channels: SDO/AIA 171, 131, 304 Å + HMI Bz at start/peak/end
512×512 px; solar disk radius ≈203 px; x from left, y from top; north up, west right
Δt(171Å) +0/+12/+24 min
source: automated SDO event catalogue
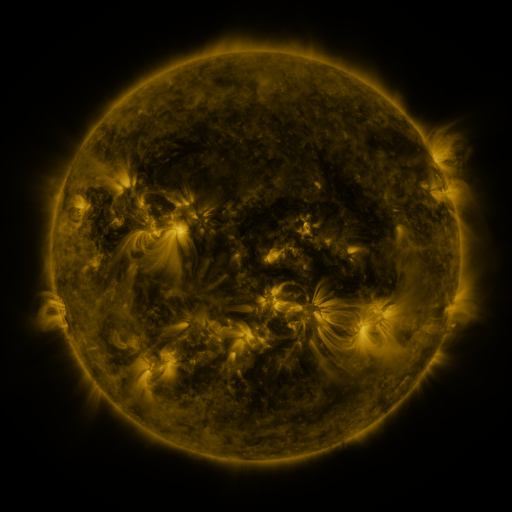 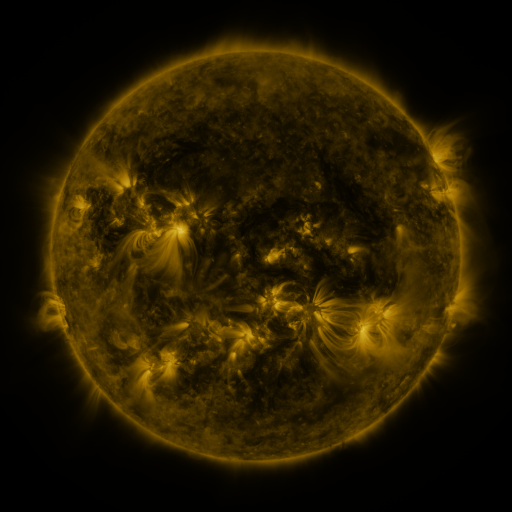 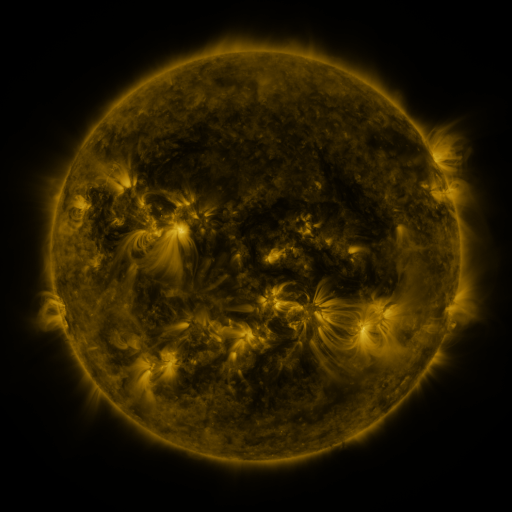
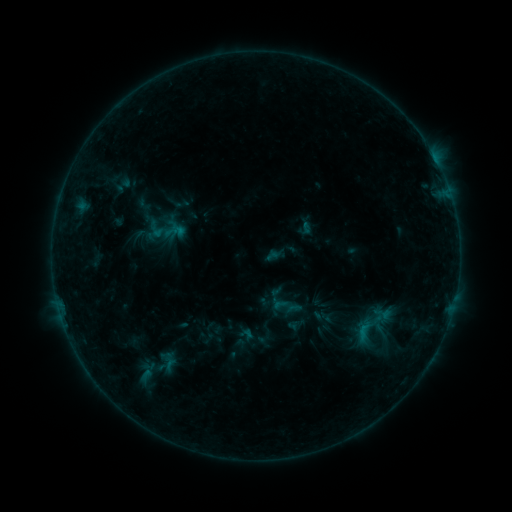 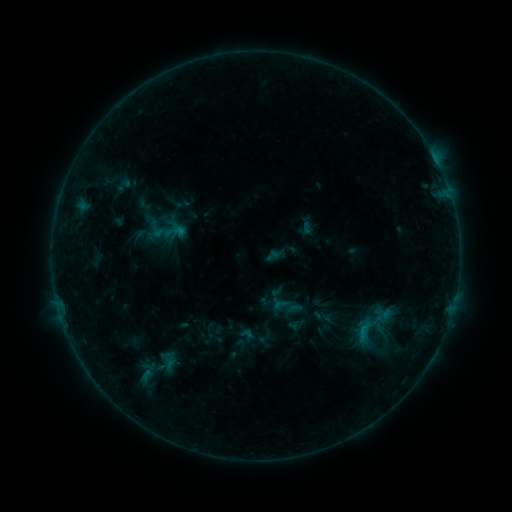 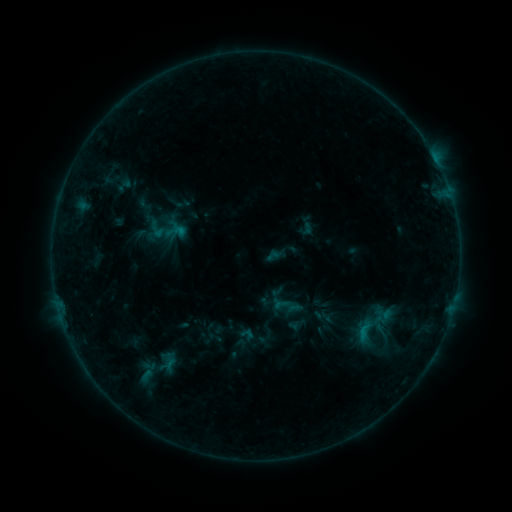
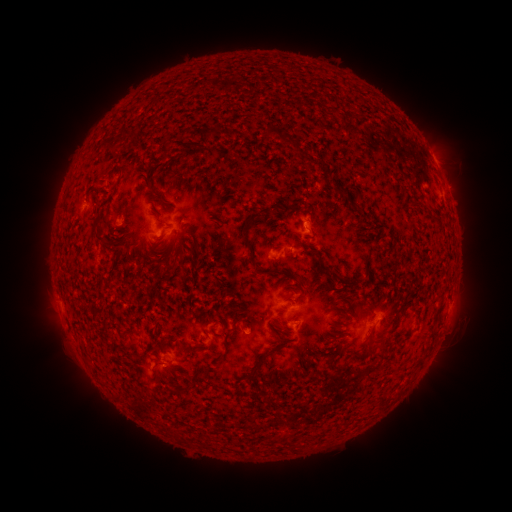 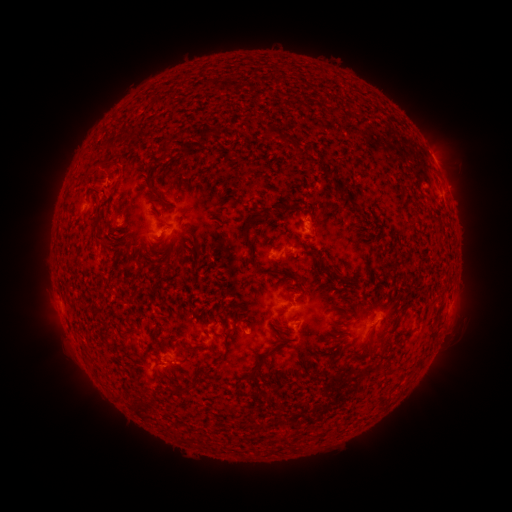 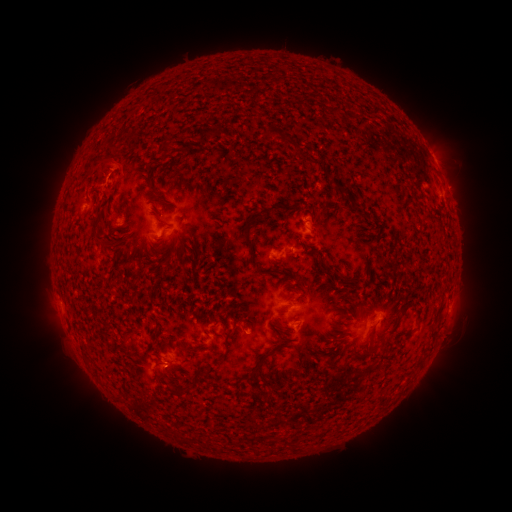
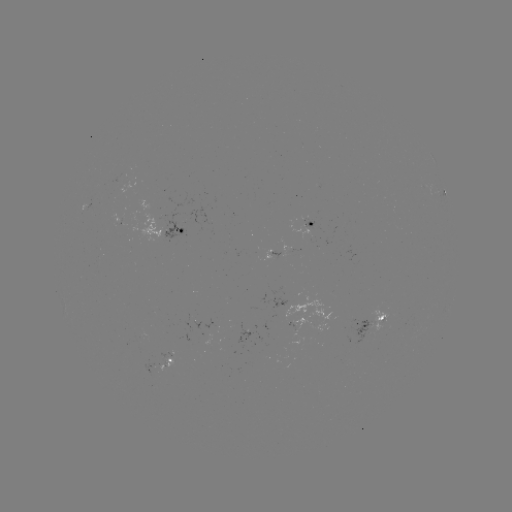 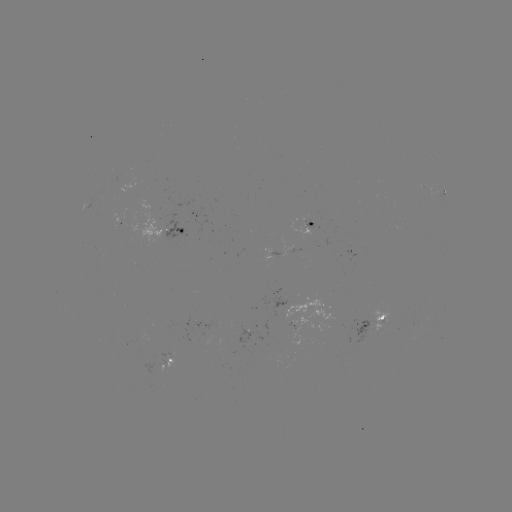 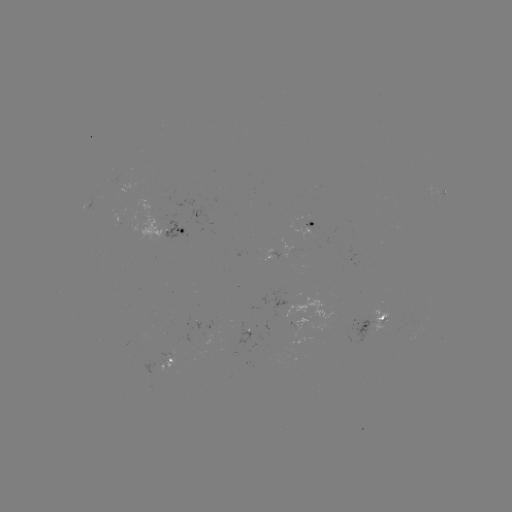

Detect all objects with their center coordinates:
eruption: (101, 163)
